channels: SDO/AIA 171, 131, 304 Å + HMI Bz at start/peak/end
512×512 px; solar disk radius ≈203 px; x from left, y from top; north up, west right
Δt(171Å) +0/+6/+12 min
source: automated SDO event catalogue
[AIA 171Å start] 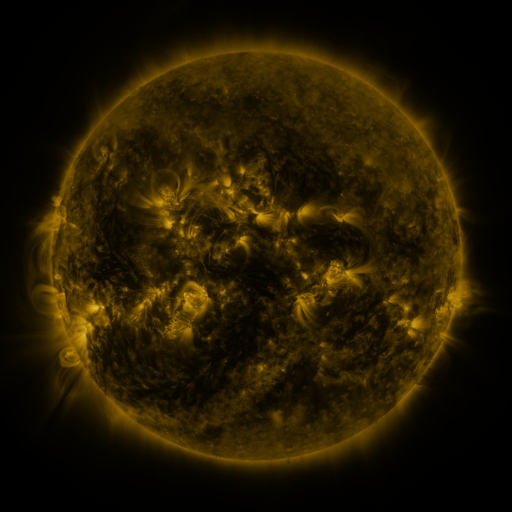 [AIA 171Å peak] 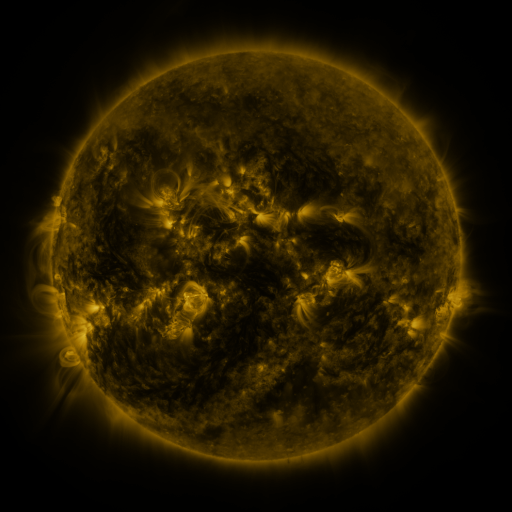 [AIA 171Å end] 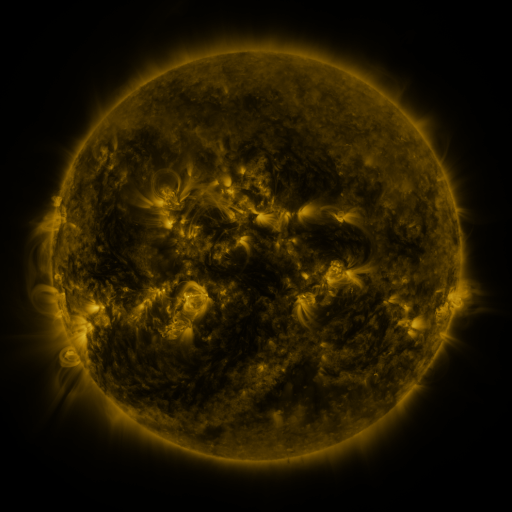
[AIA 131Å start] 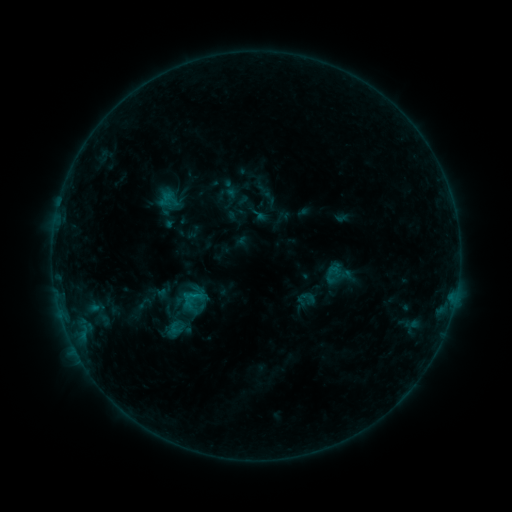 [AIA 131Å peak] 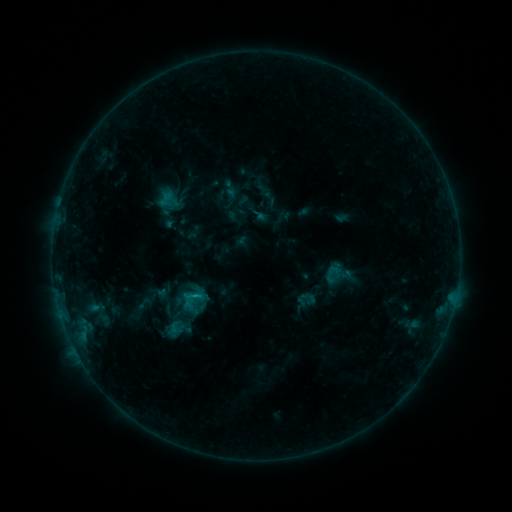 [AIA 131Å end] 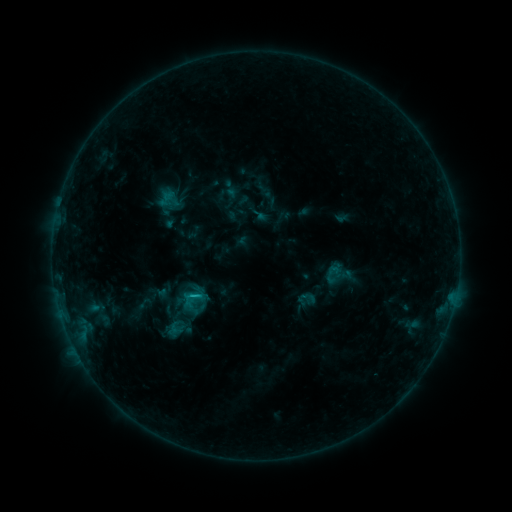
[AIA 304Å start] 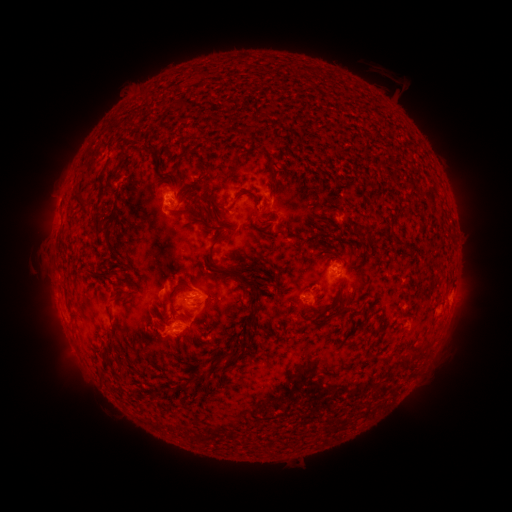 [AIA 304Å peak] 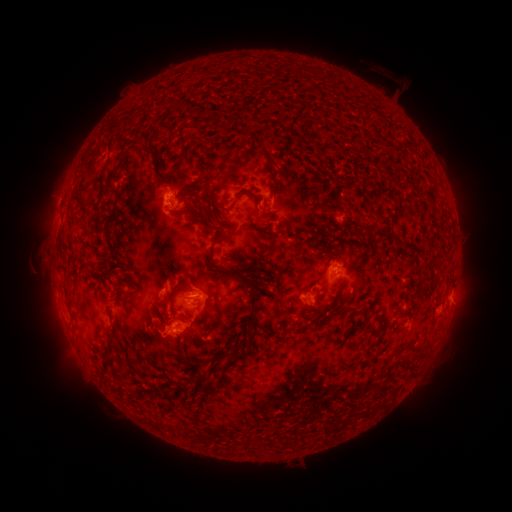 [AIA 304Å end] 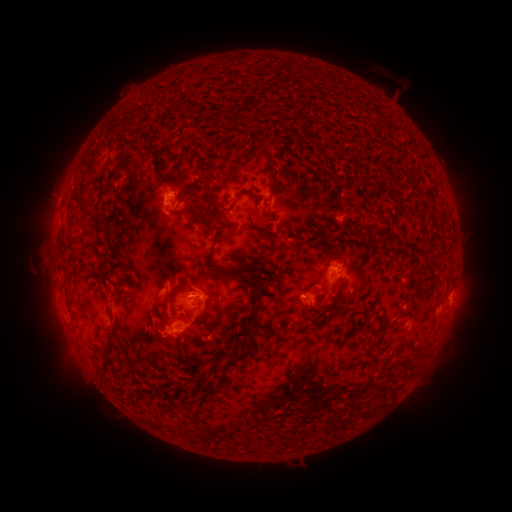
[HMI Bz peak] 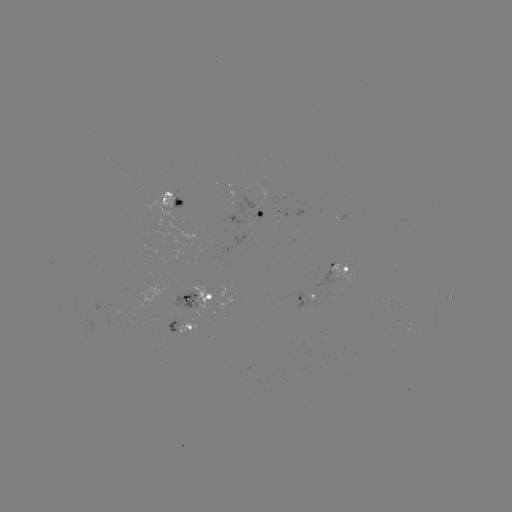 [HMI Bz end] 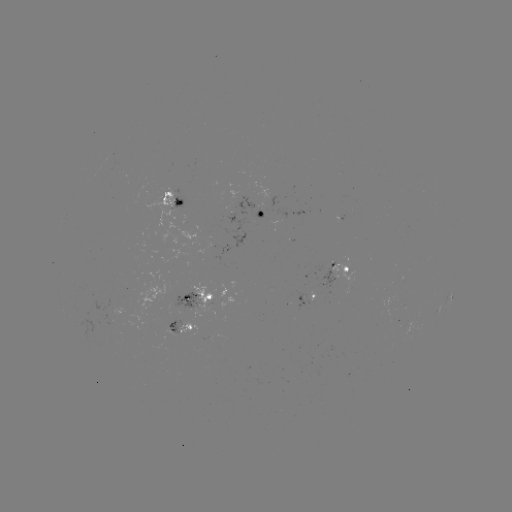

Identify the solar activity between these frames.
B9.1 flare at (197, 295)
